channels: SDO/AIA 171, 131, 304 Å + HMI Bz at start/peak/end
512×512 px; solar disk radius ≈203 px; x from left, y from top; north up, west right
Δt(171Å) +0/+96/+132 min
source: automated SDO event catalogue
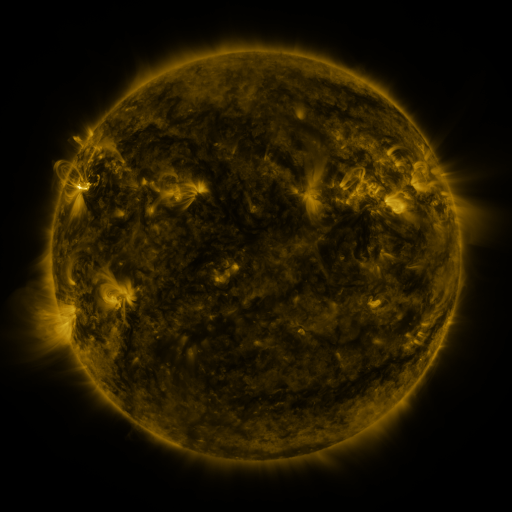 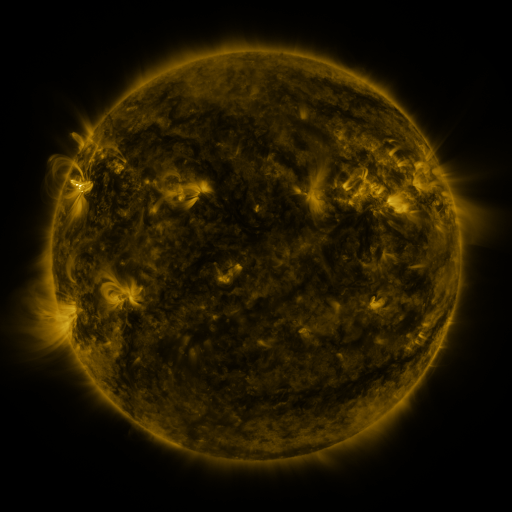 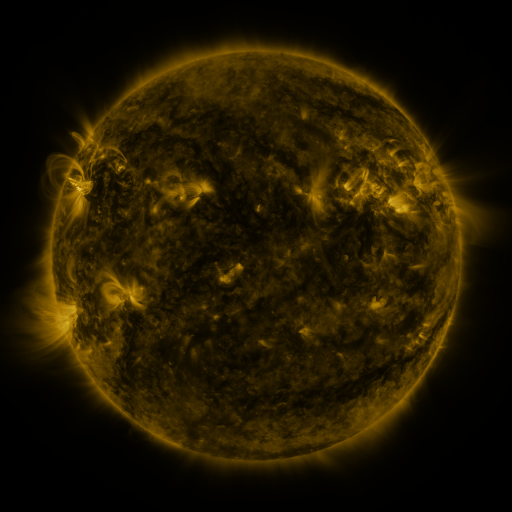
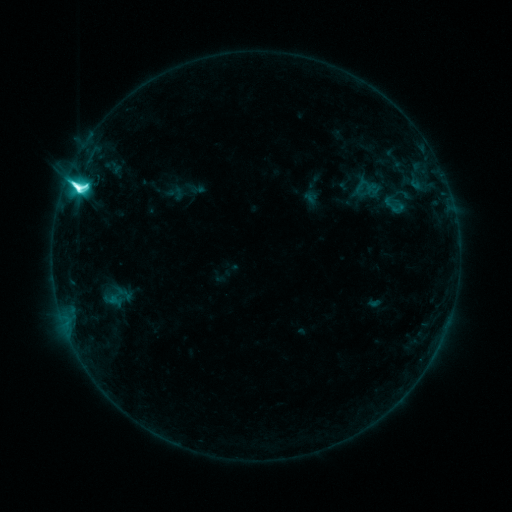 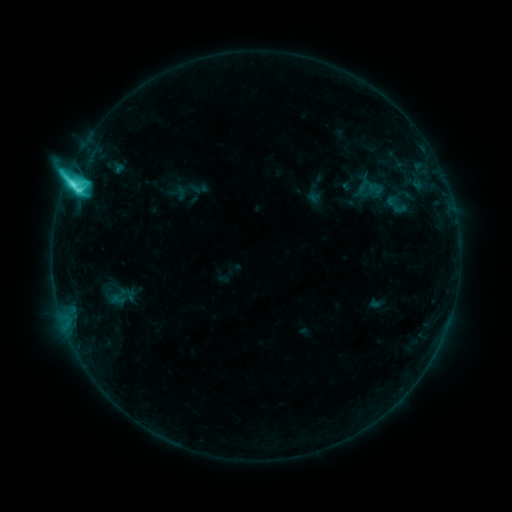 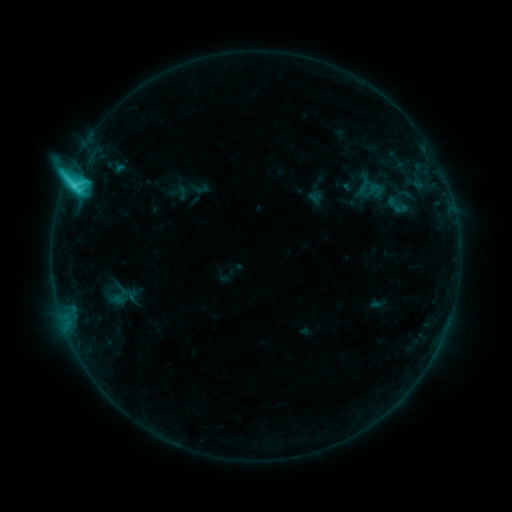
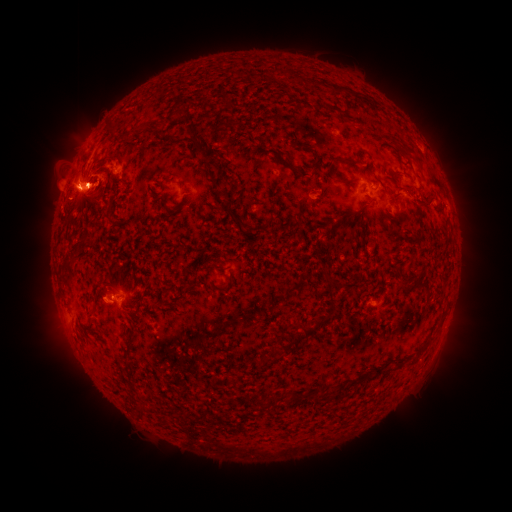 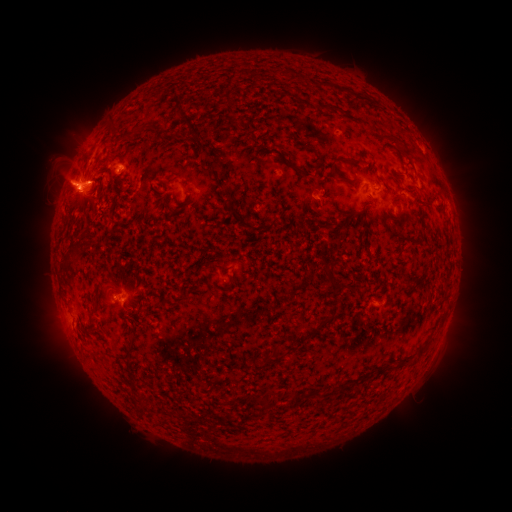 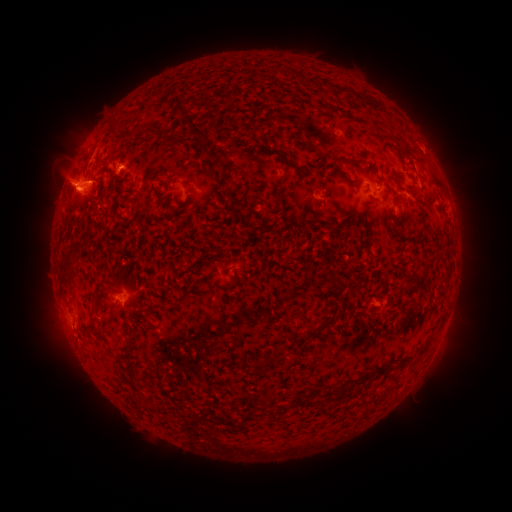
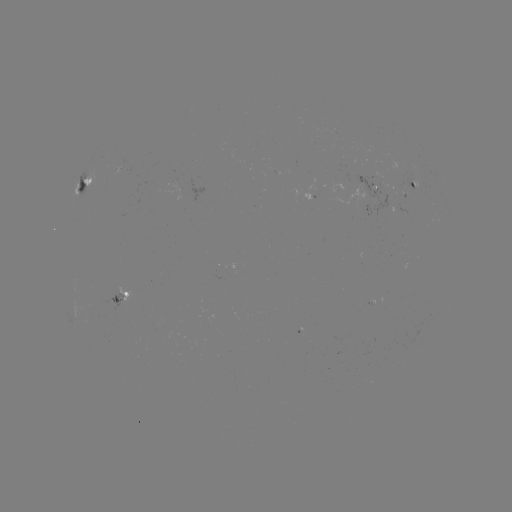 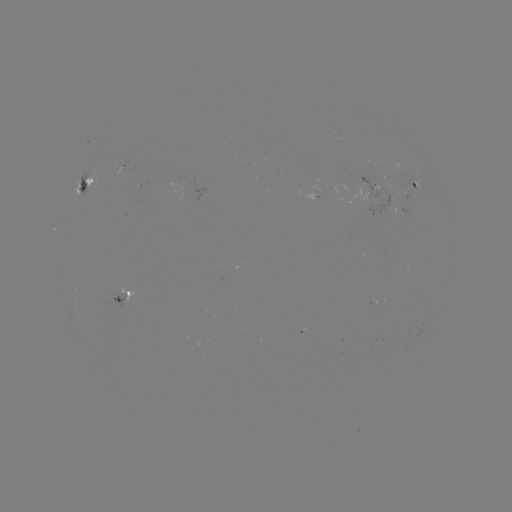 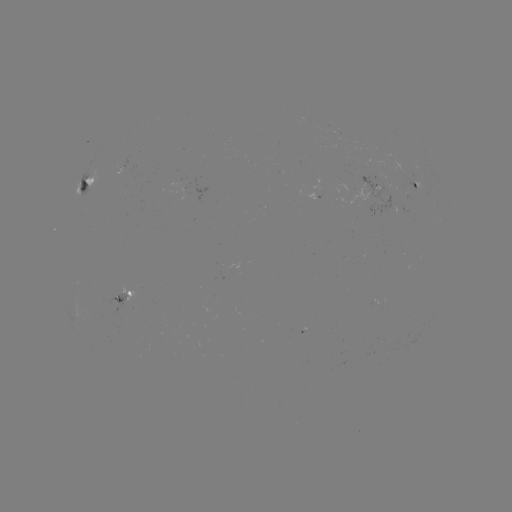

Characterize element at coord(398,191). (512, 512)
emerging-flux region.